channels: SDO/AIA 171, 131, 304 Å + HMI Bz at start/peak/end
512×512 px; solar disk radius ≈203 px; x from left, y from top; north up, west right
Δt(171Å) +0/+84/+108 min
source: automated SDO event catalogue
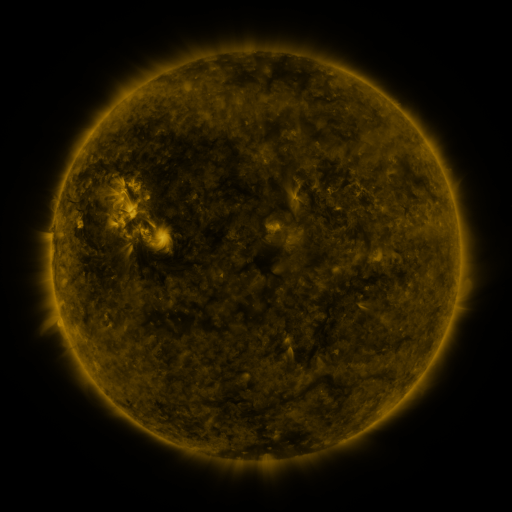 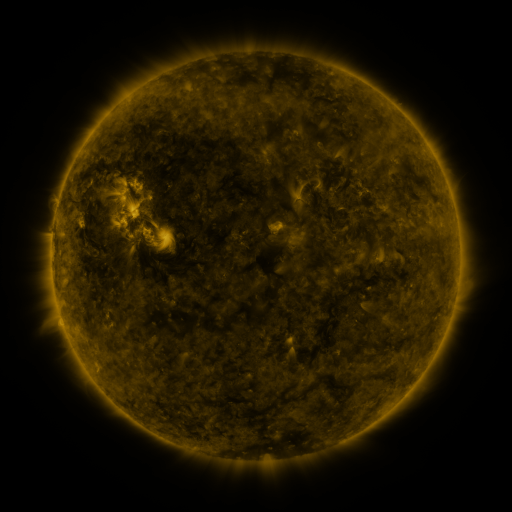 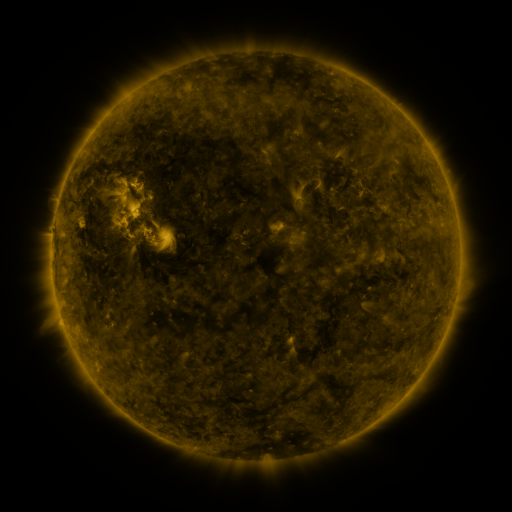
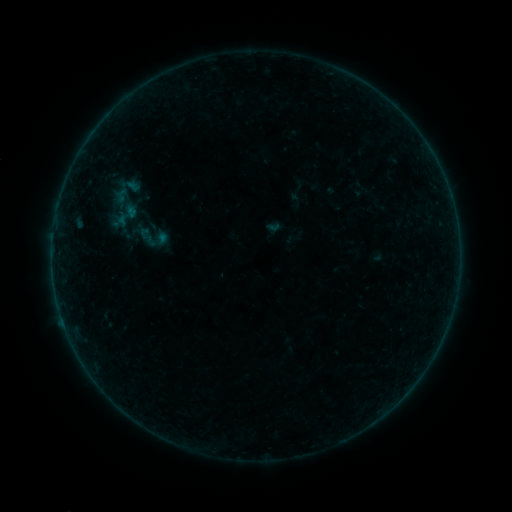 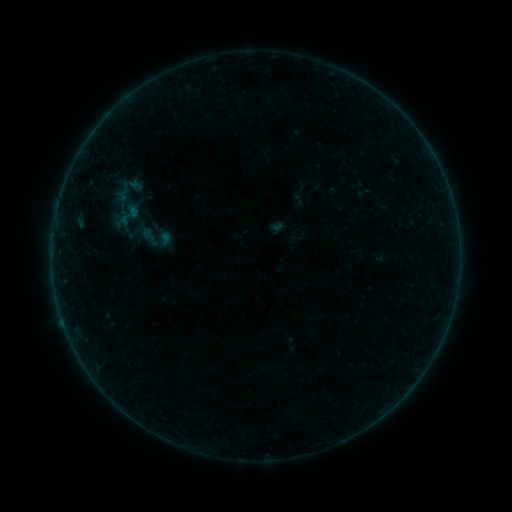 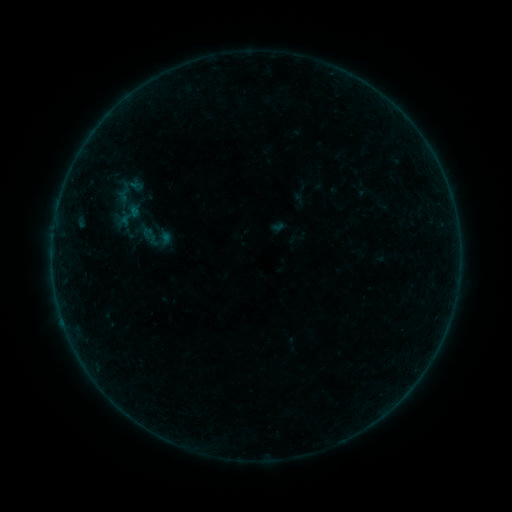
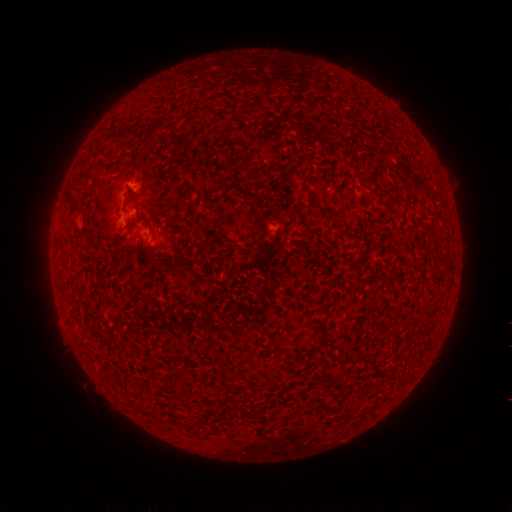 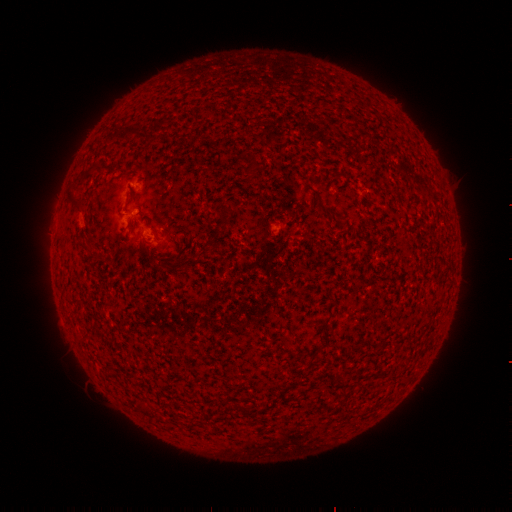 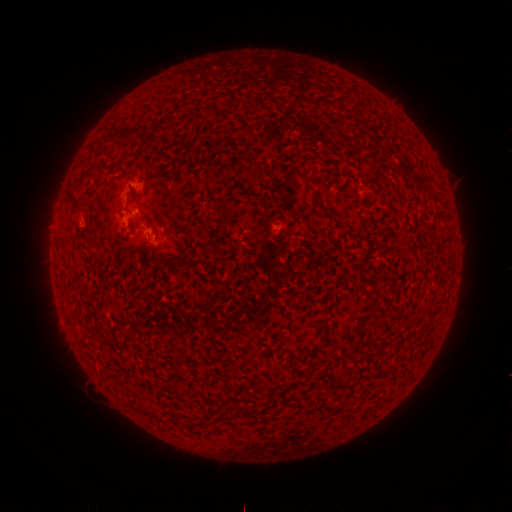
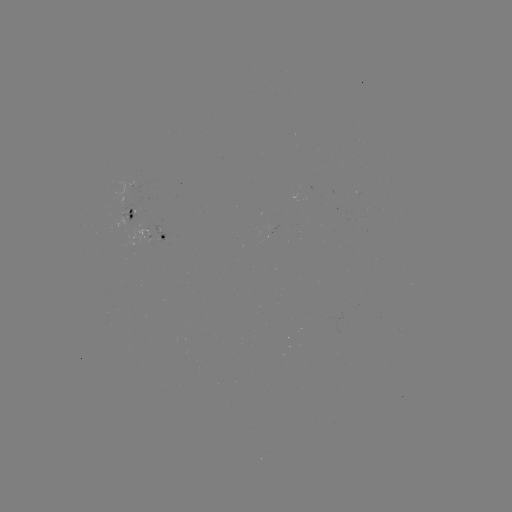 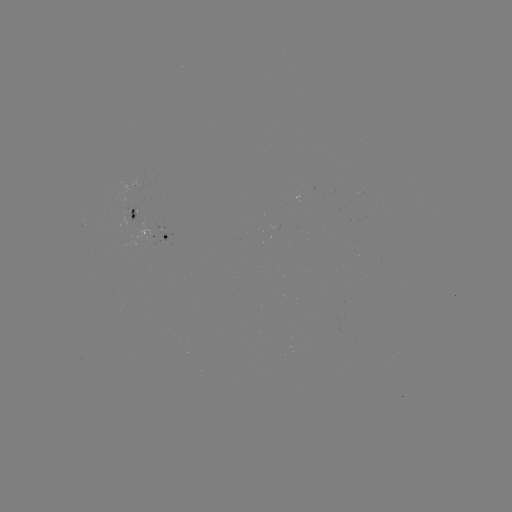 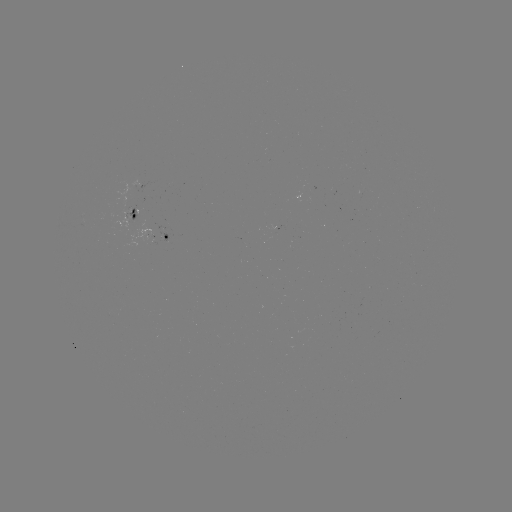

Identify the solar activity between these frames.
emerging-flux region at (146, 236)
